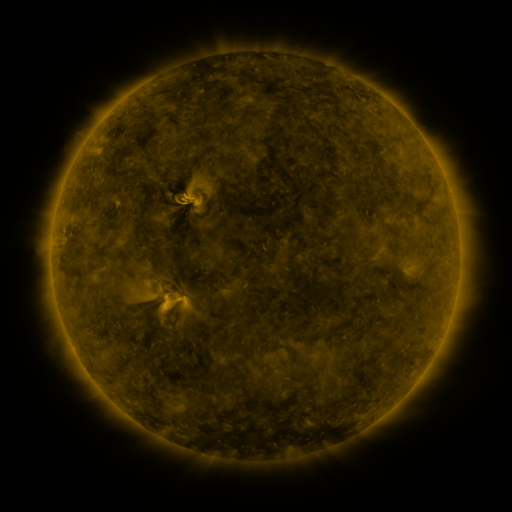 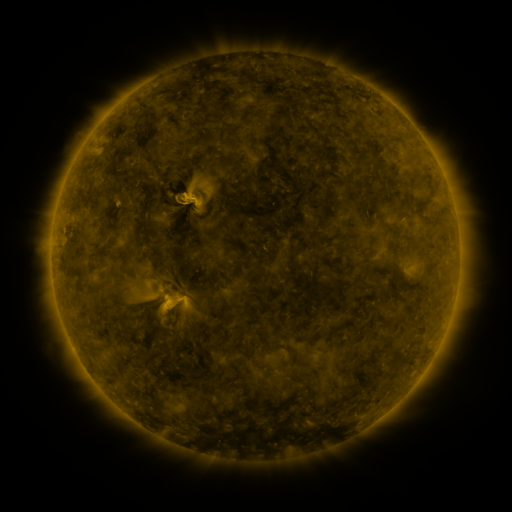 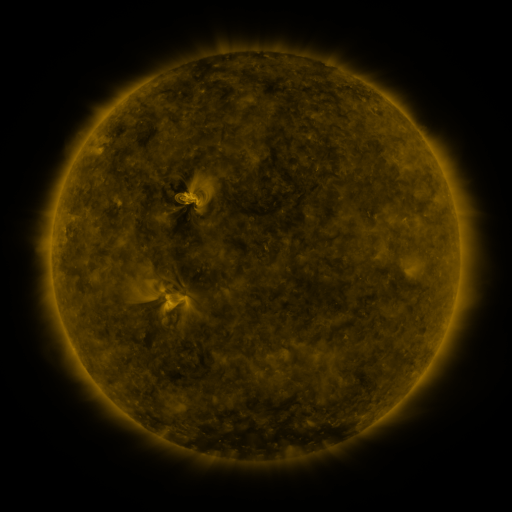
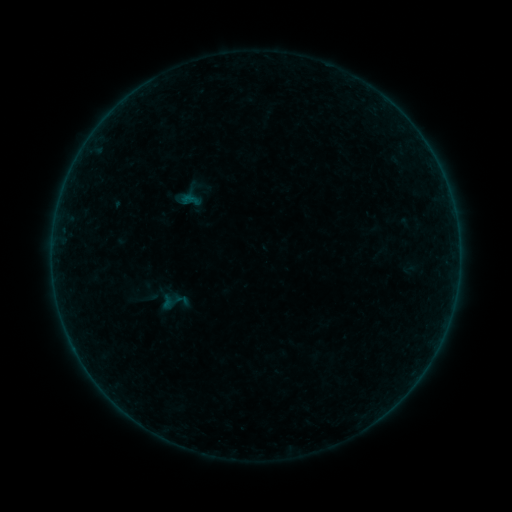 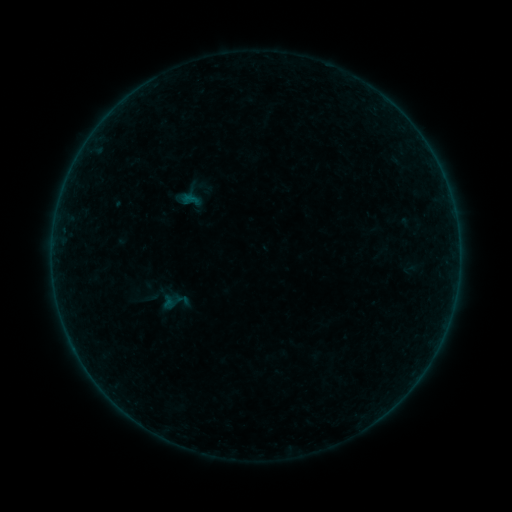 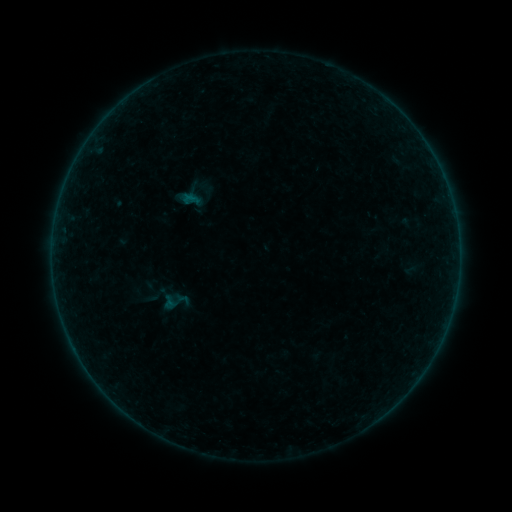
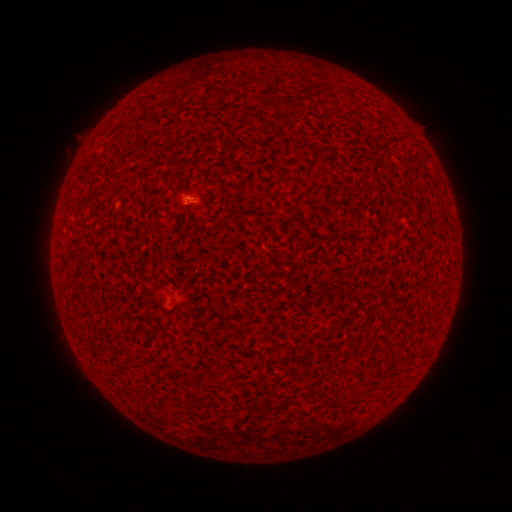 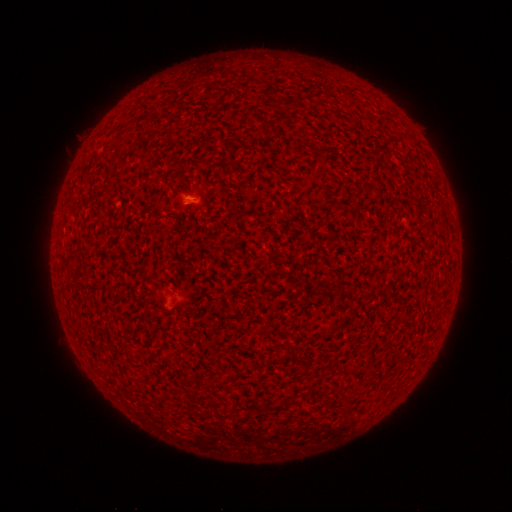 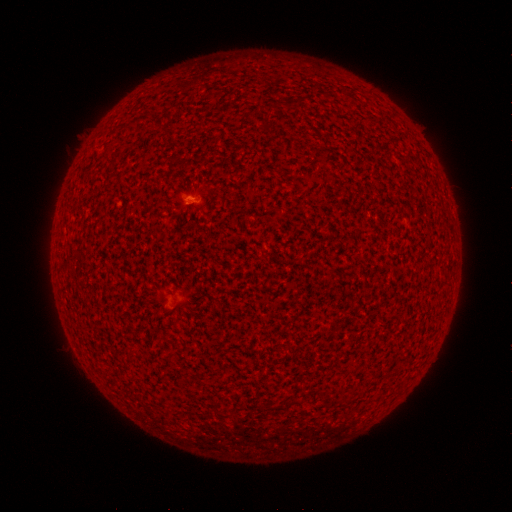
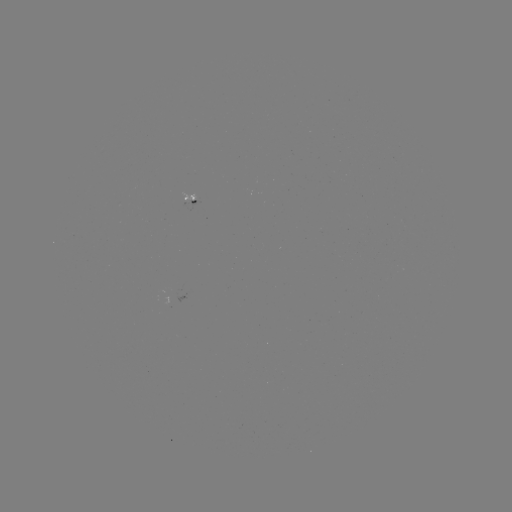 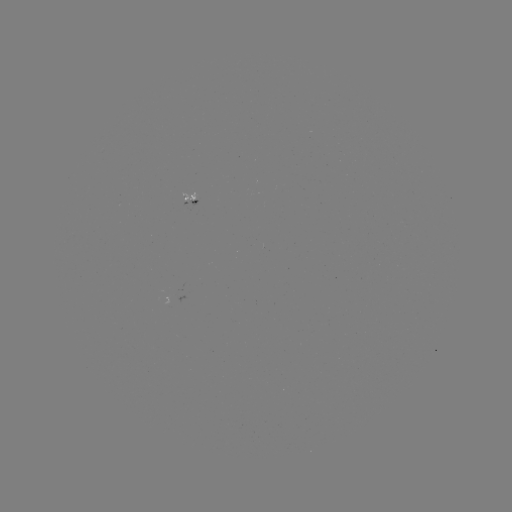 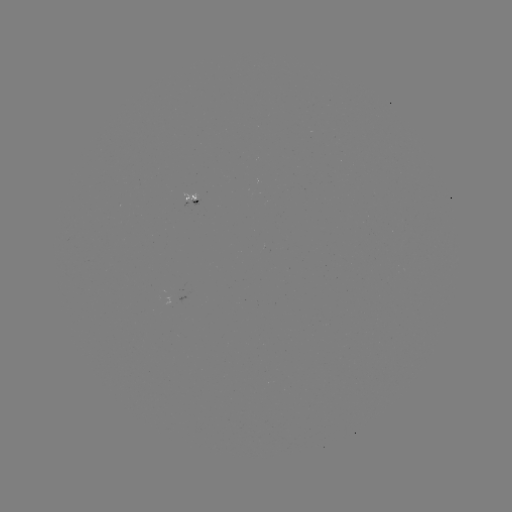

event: flare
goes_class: A6.0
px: (171, 303)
